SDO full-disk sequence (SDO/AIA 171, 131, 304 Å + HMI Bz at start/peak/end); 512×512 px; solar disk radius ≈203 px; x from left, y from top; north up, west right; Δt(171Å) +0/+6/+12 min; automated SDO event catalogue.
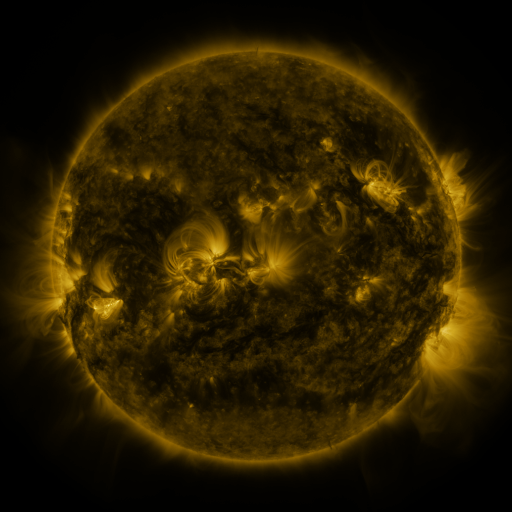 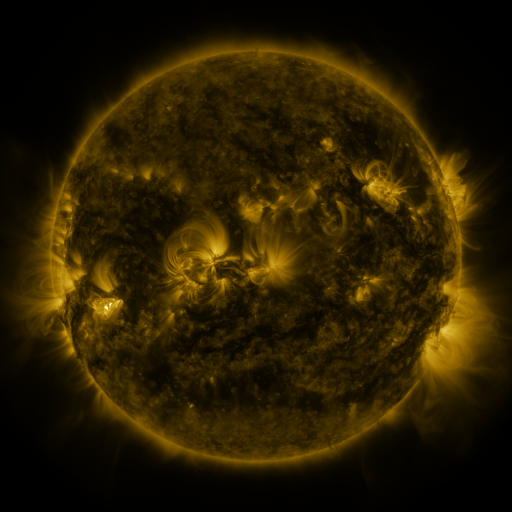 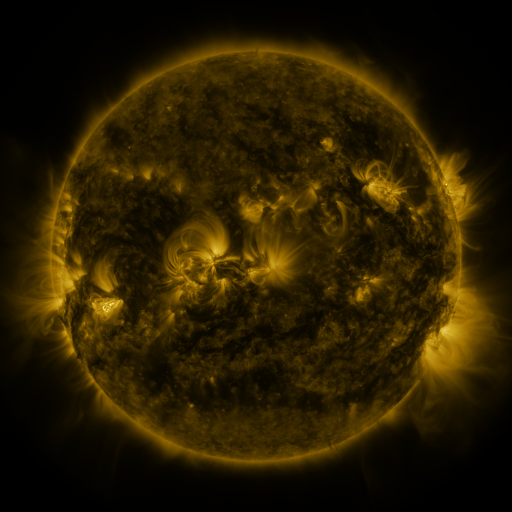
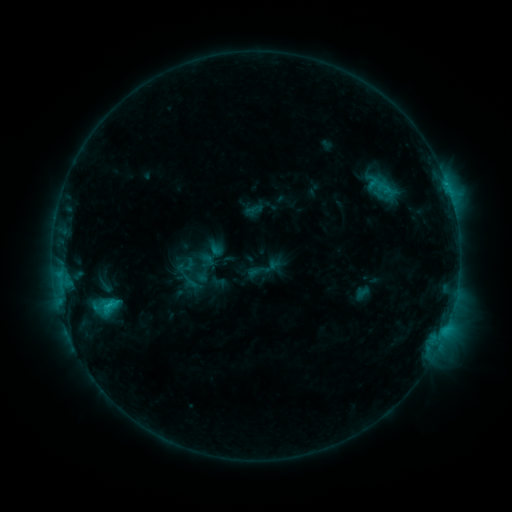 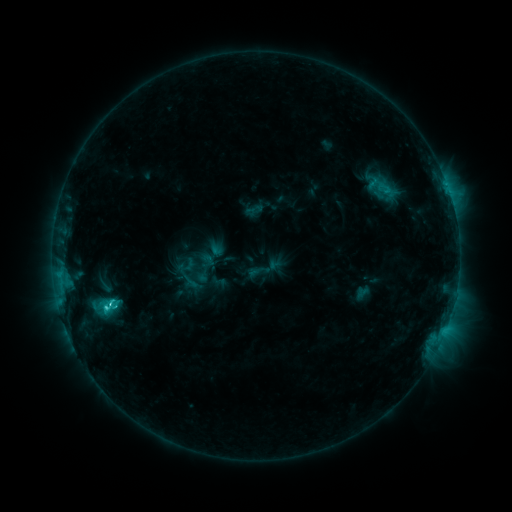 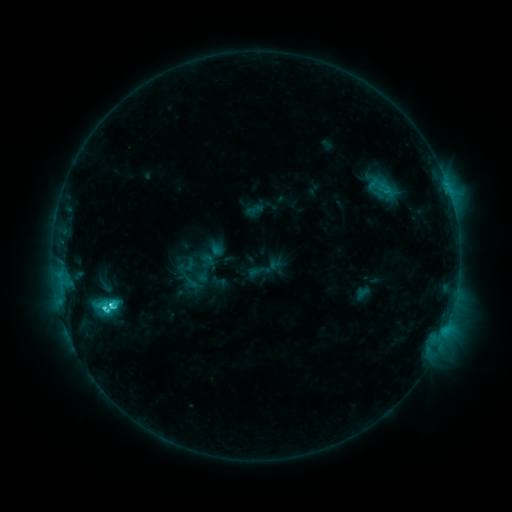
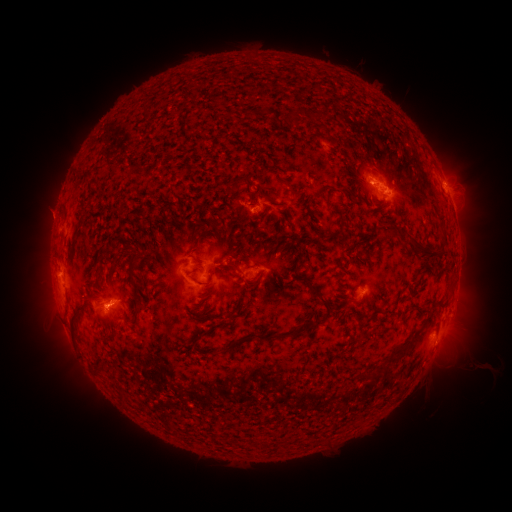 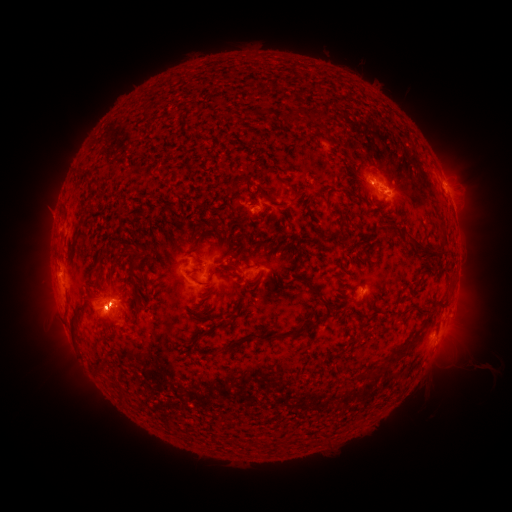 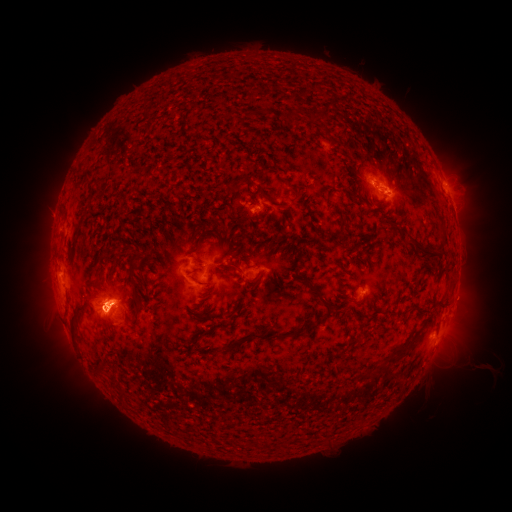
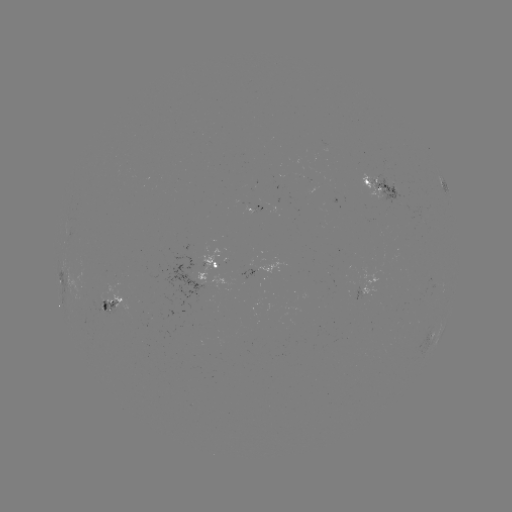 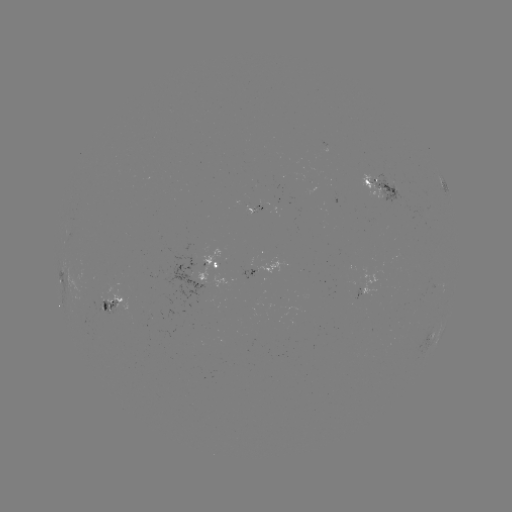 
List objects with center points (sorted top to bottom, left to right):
eruption: (107, 364)
